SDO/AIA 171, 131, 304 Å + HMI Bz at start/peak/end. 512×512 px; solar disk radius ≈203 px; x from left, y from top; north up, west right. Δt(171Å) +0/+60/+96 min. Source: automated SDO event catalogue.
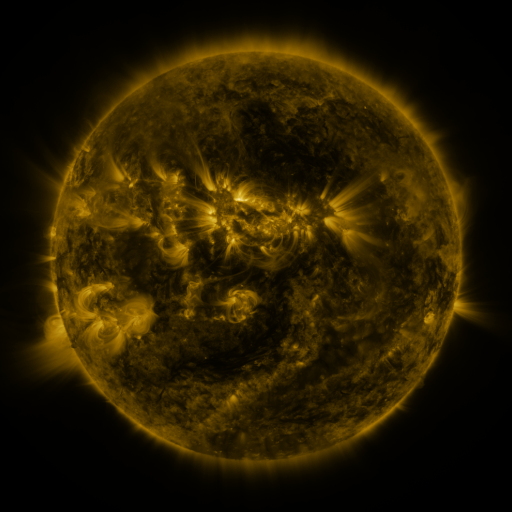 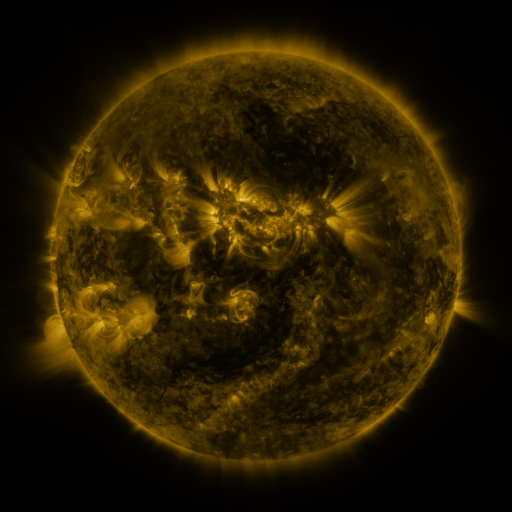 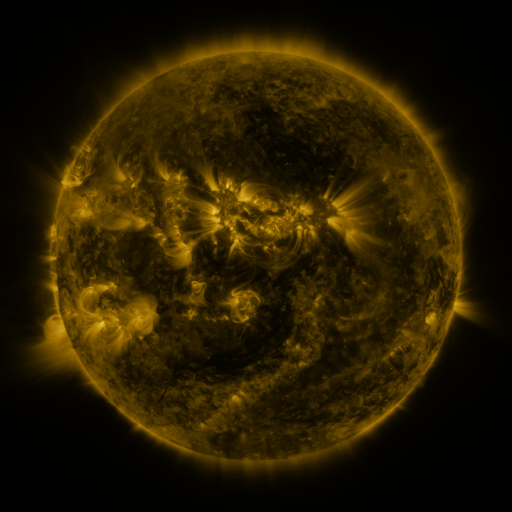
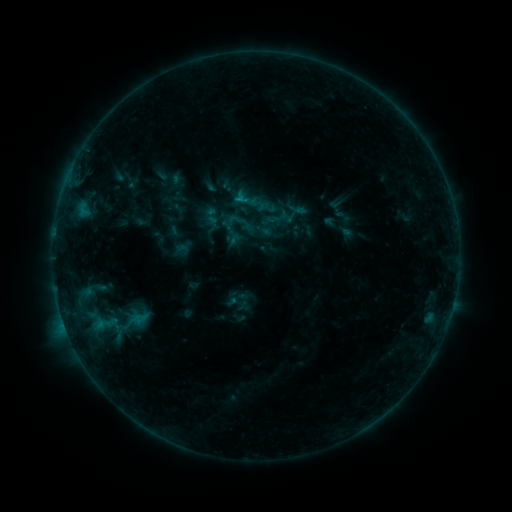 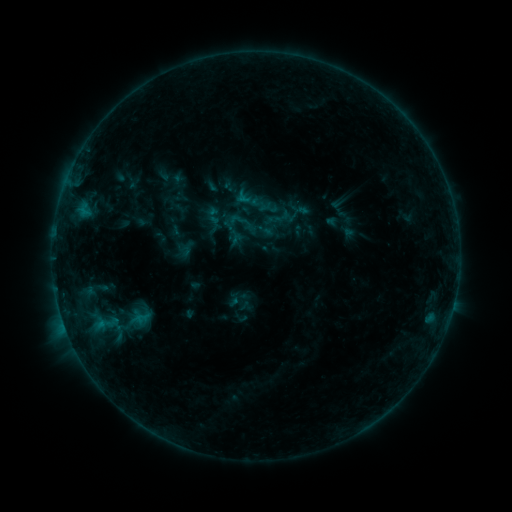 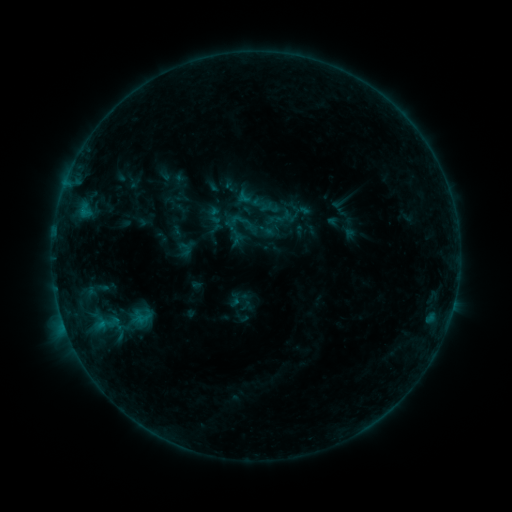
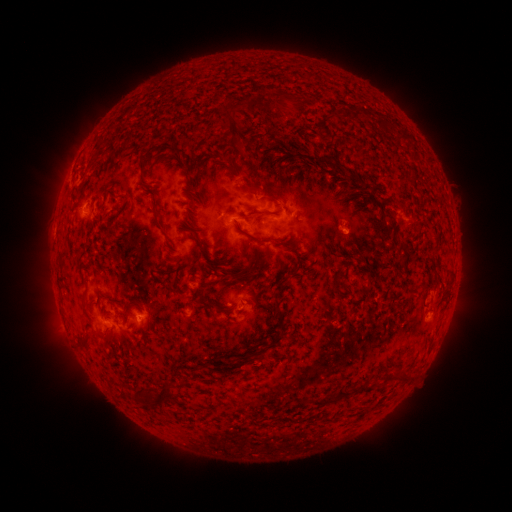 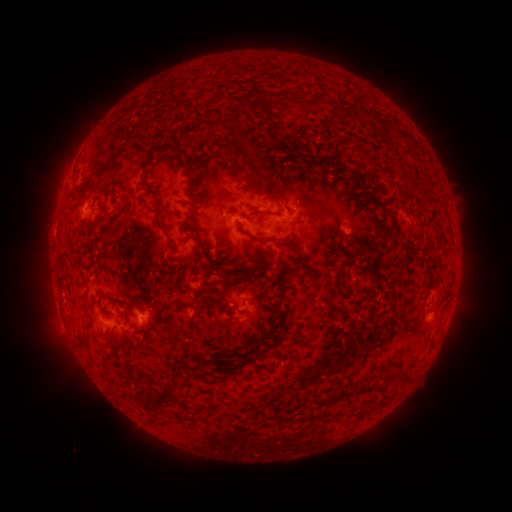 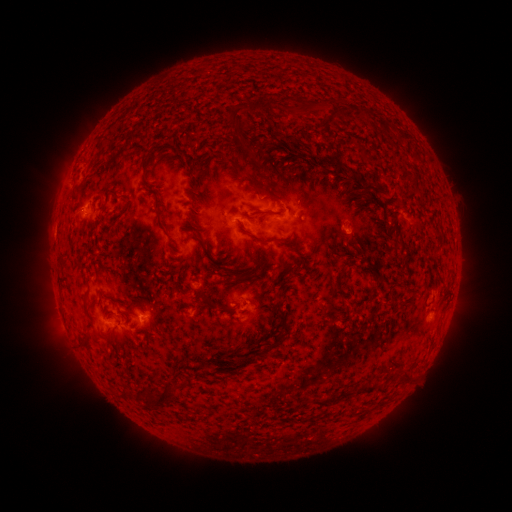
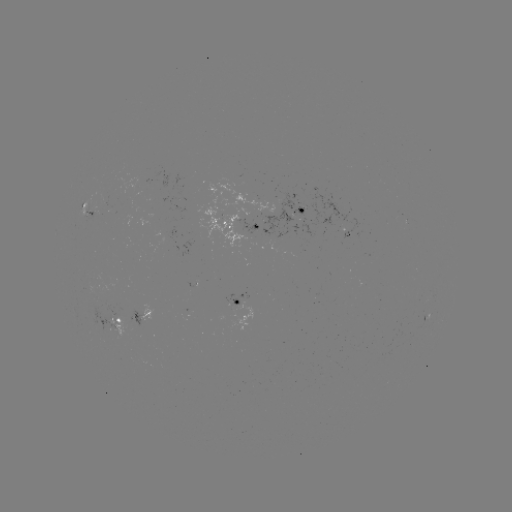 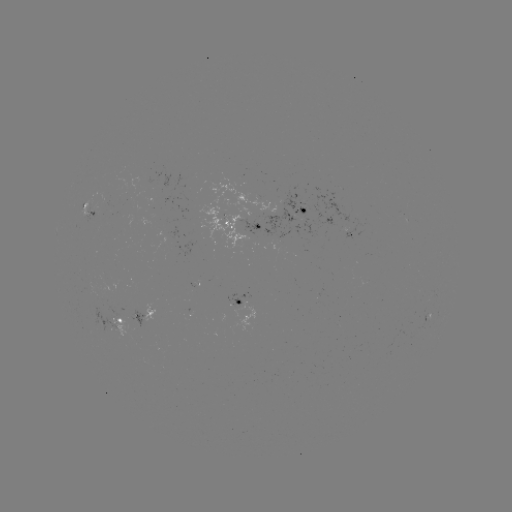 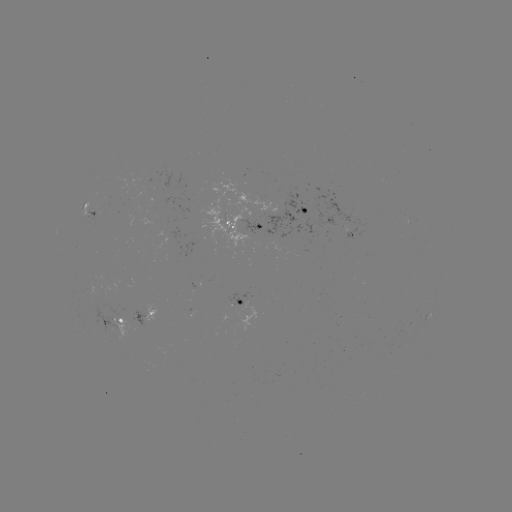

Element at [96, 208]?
emerging-flux region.